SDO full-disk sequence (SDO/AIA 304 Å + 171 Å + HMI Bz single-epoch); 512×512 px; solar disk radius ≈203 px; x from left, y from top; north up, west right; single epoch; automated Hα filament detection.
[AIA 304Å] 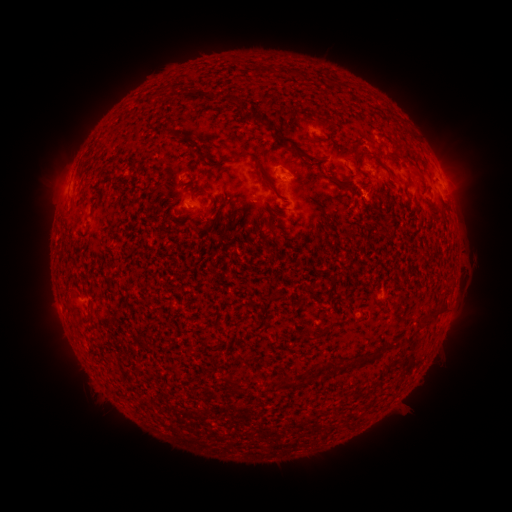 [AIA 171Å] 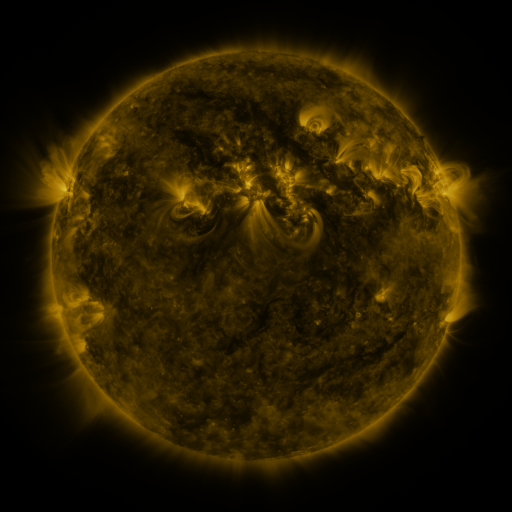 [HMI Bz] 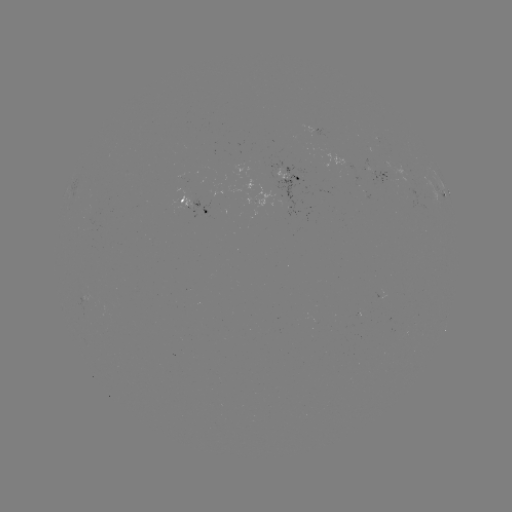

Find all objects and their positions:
filament: (176, 133)
filament: (243, 154)
filament: (203, 156)
filament: (395, 156)
filament: (316, 160)
filament: (266, 182)
filament: (334, 182)
filament: (432, 314)
filament: (322, 333)
filament: (364, 361)
filament: (330, 367)
